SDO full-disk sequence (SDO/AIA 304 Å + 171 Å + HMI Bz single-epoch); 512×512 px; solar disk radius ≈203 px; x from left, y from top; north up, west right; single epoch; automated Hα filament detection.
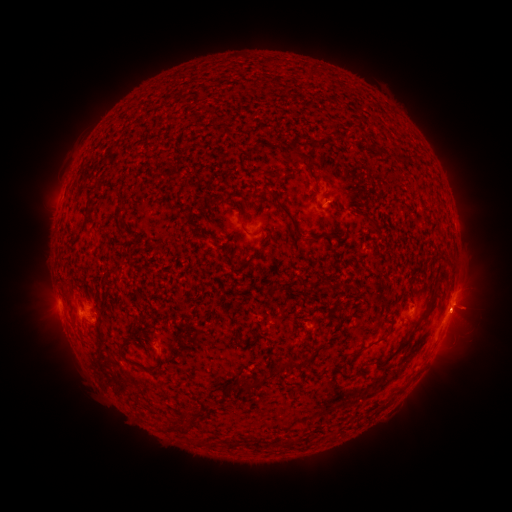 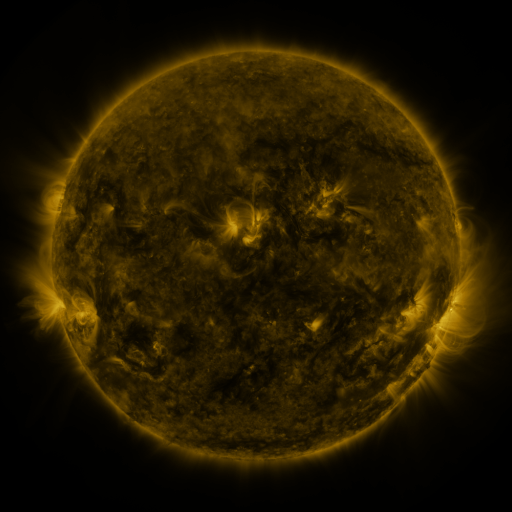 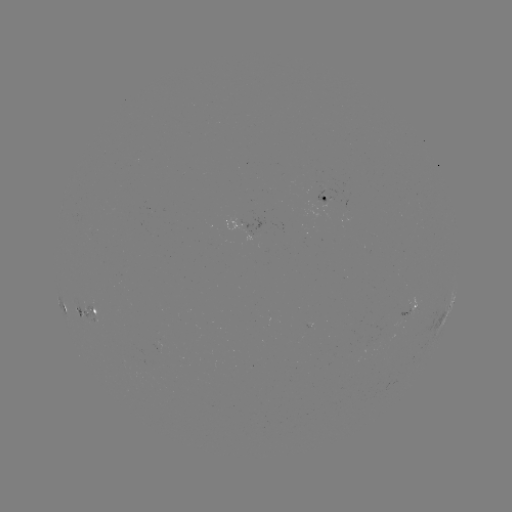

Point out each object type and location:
filament: (384, 150)
filament: (296, 153)
filament: (315, 188)
filament: (290, 216)
filament: (242, 224)
filament: (312, 239)
filament: (252, 257)
filament: (418, 322)
filament: (392, 327)
filament: (123, 348)
filament: (357, 351)
filament: (380, 361)
filament: (293, 363)
filament: (254, 386)
filament: (185, 415)
